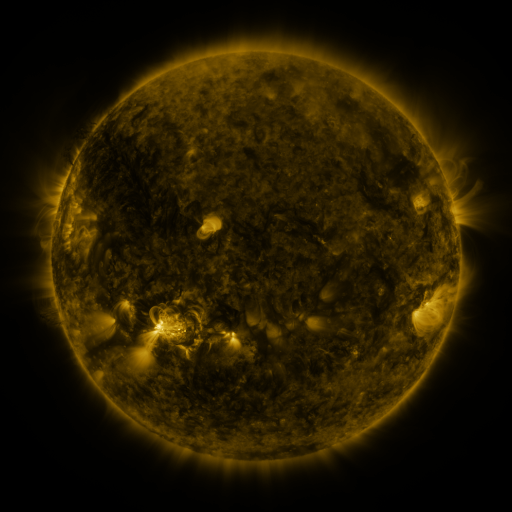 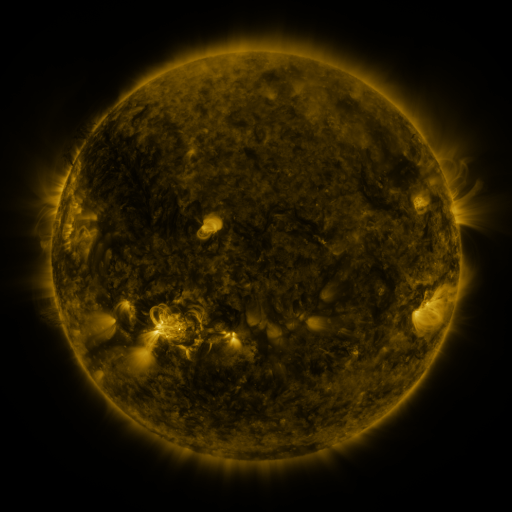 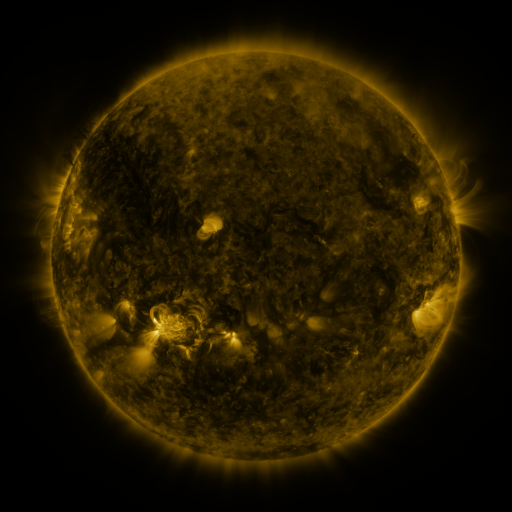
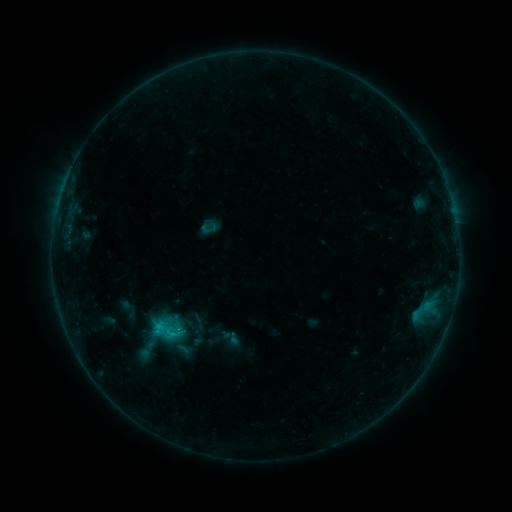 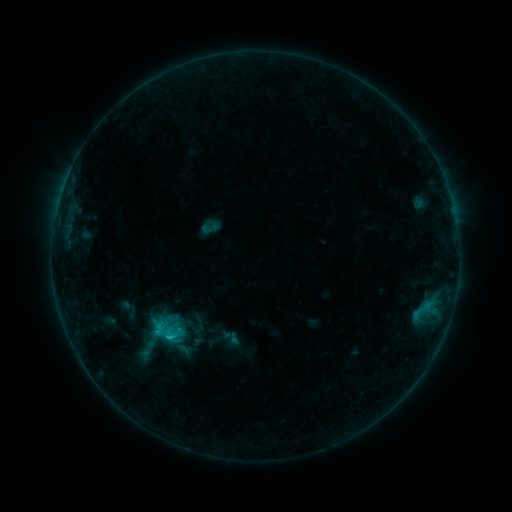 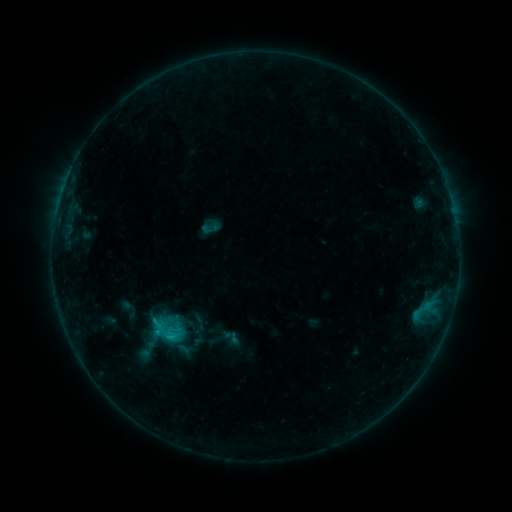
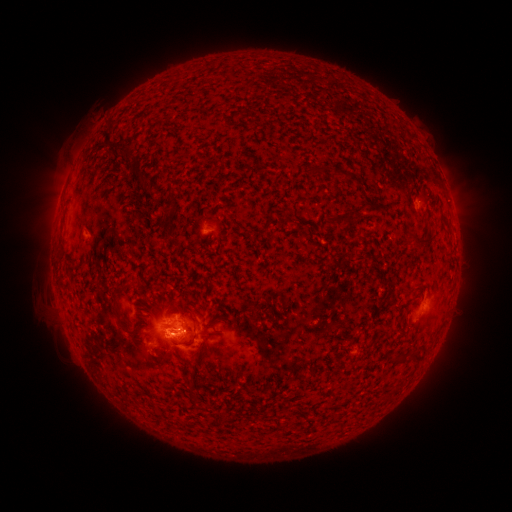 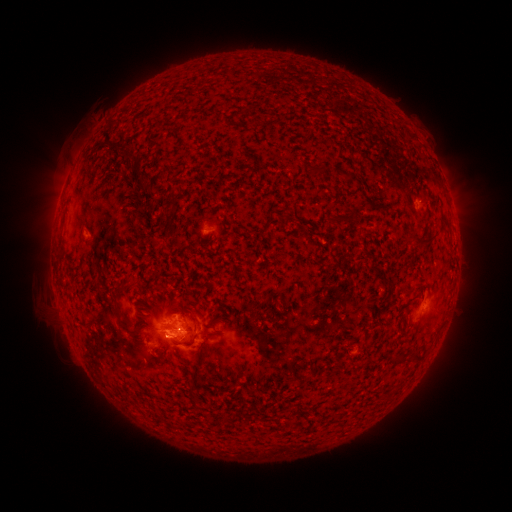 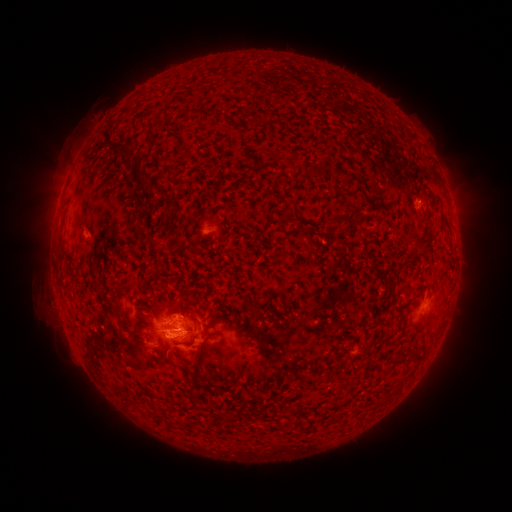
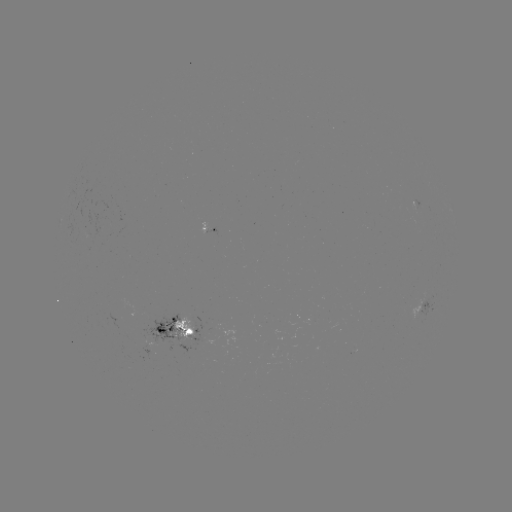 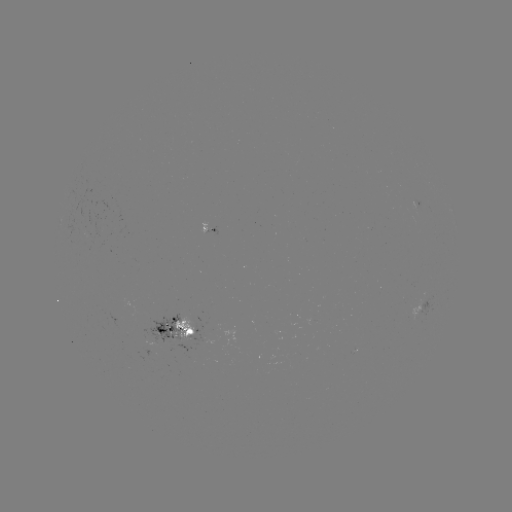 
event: flare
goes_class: C1.3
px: (170, 336)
